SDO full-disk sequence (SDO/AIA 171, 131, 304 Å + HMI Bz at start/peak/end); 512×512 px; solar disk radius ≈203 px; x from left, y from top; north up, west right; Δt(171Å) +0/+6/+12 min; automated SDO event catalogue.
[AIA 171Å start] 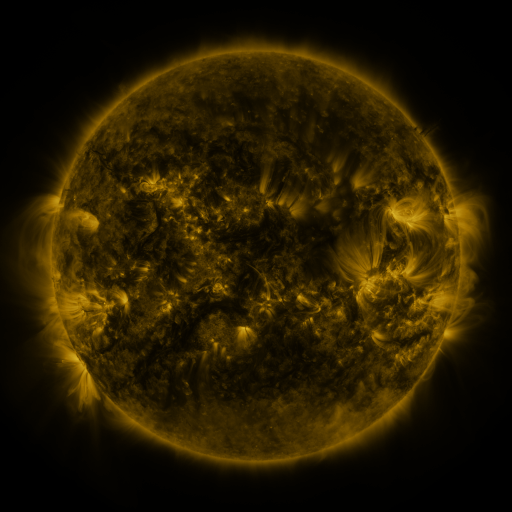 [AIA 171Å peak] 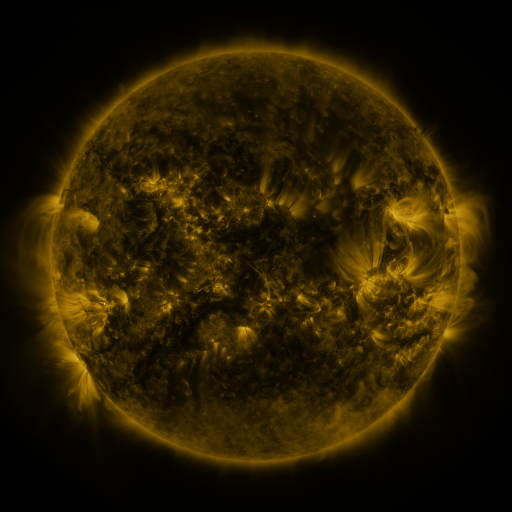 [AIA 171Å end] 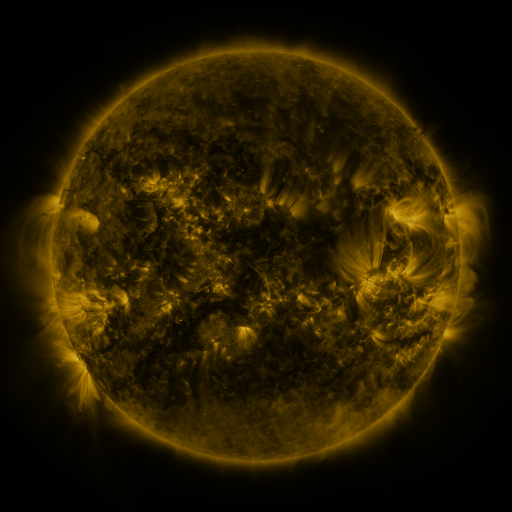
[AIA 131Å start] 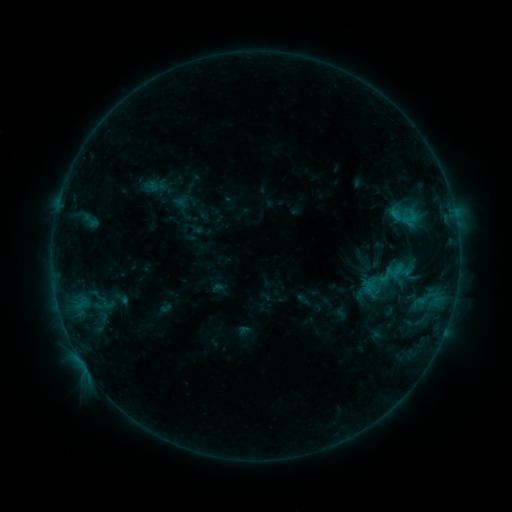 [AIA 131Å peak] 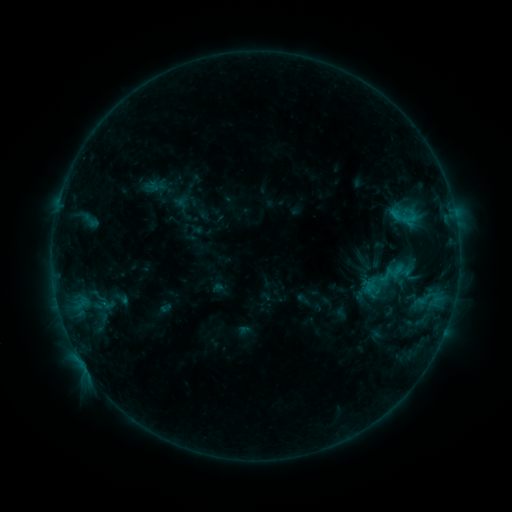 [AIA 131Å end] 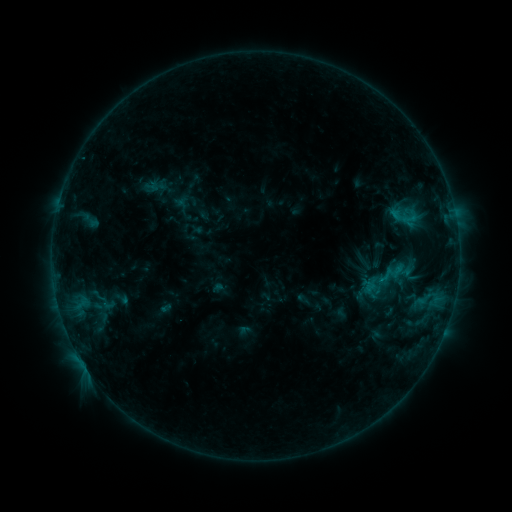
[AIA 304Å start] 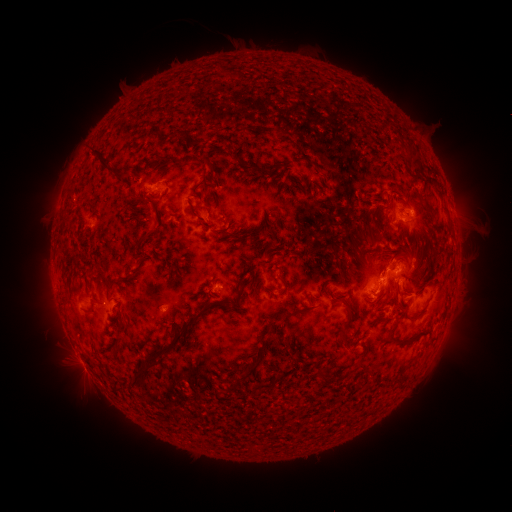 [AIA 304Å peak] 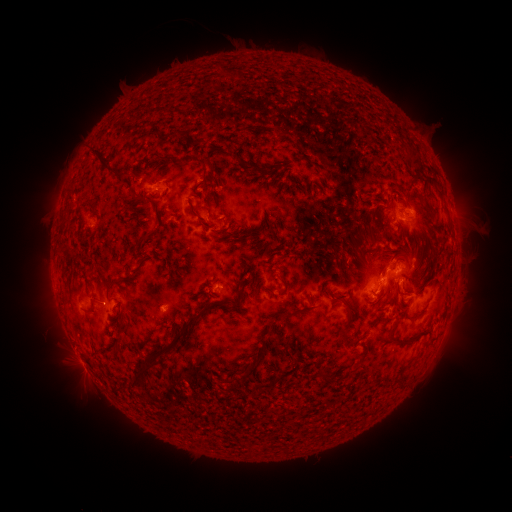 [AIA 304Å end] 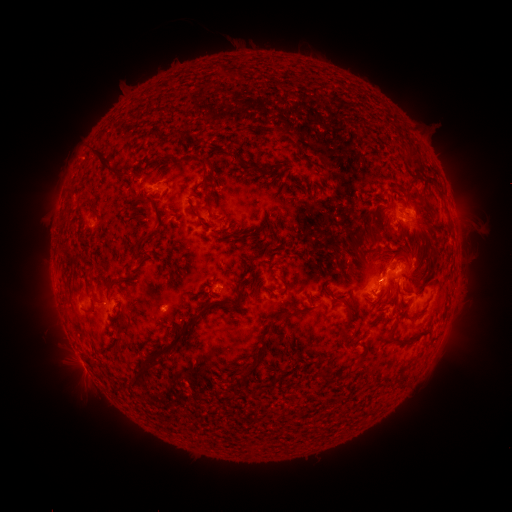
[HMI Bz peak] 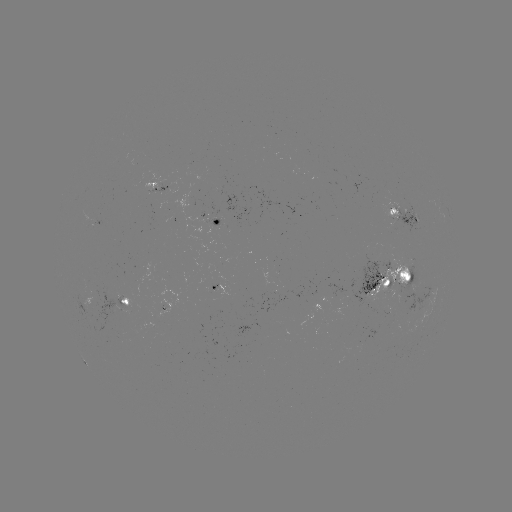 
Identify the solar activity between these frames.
no classed flare was catalogued and no EUV brightening was flagged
